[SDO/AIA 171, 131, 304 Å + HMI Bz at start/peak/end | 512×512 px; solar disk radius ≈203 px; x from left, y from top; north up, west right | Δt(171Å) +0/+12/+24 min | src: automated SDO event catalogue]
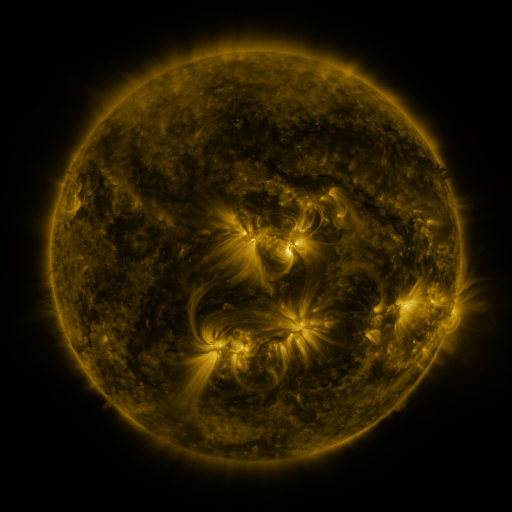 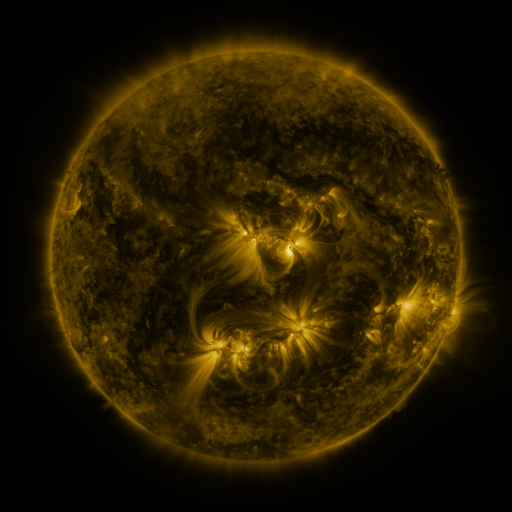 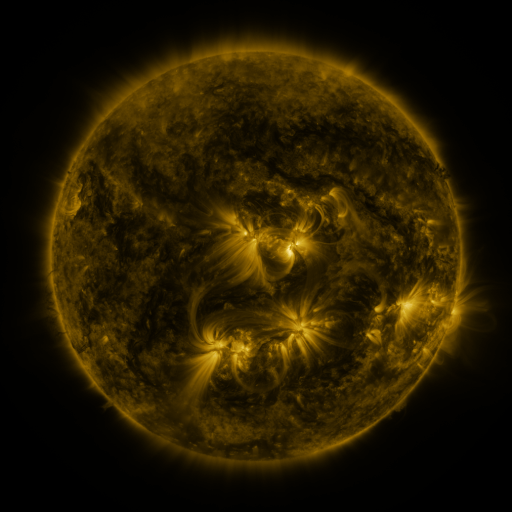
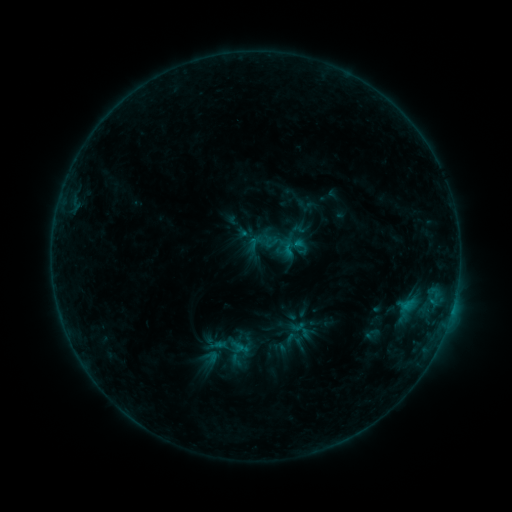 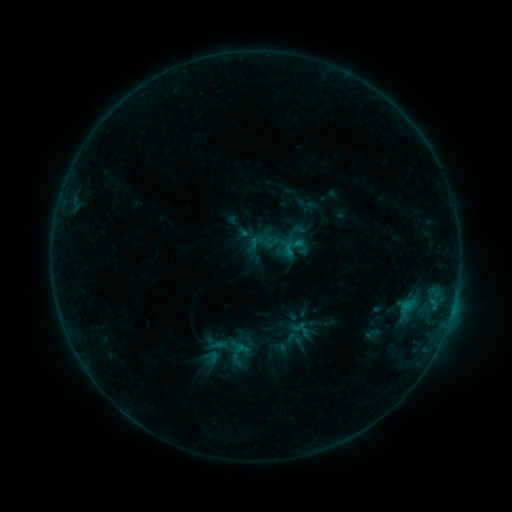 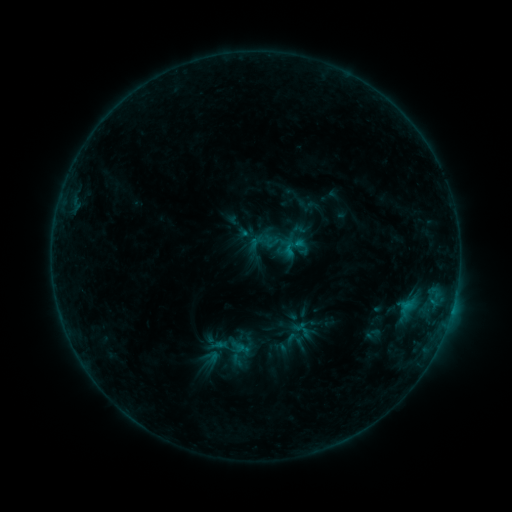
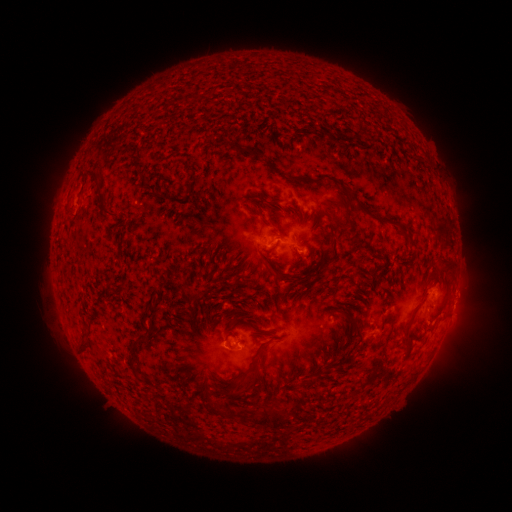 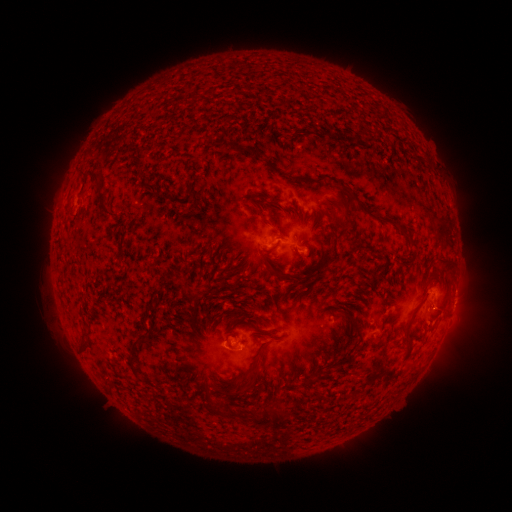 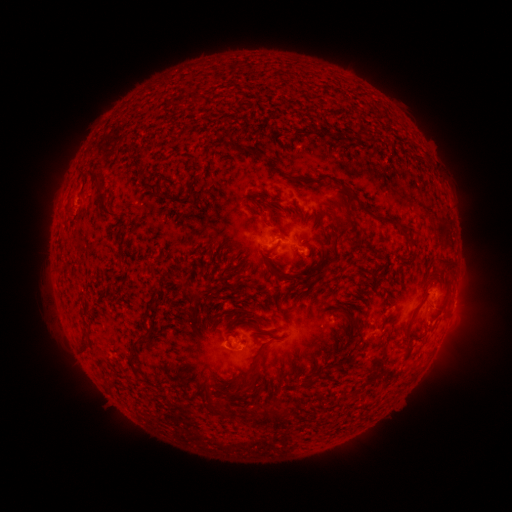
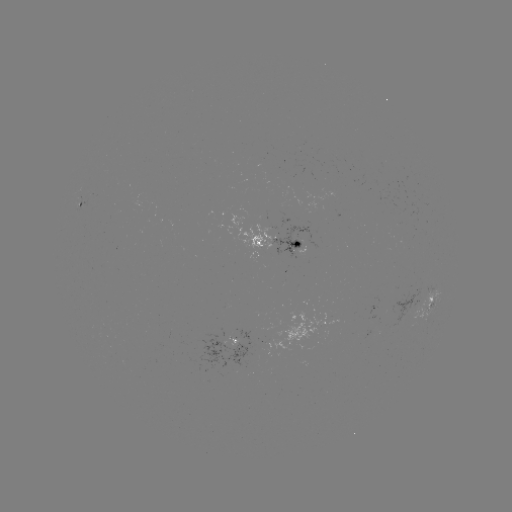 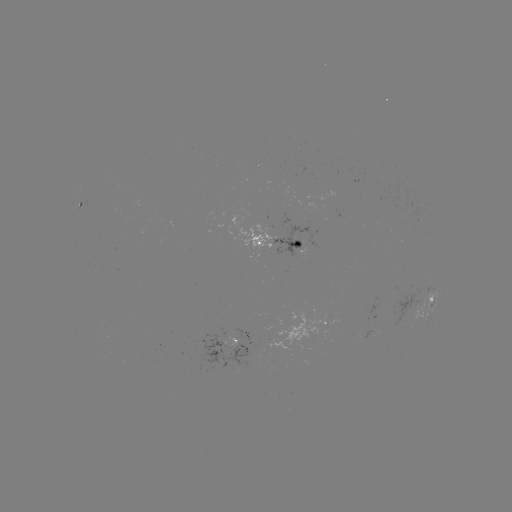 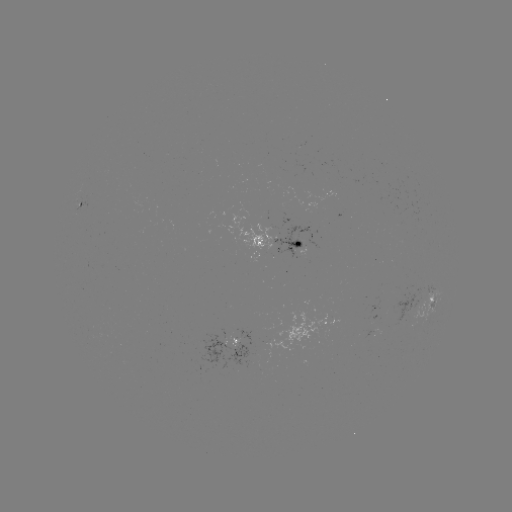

no classed flare was catalogued and no EUV brightening was flagged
